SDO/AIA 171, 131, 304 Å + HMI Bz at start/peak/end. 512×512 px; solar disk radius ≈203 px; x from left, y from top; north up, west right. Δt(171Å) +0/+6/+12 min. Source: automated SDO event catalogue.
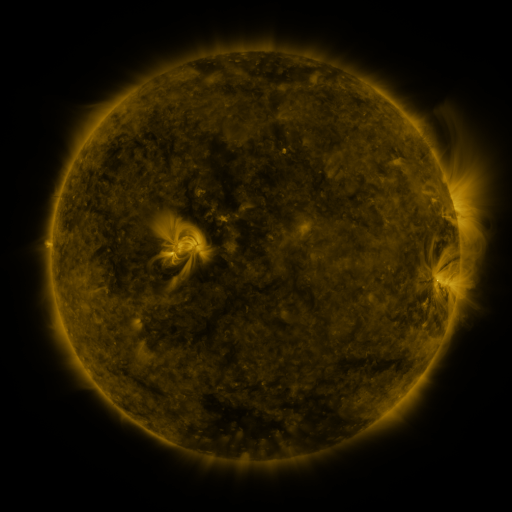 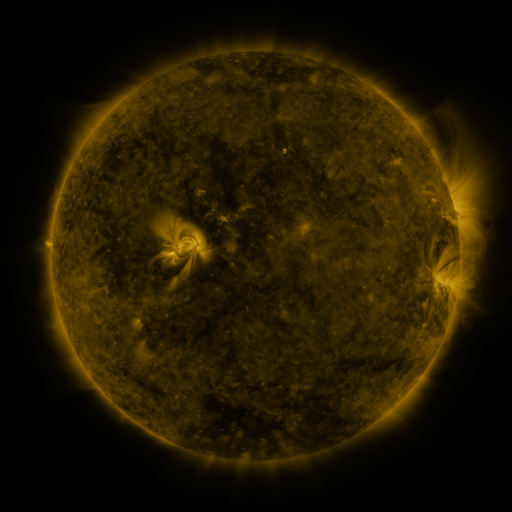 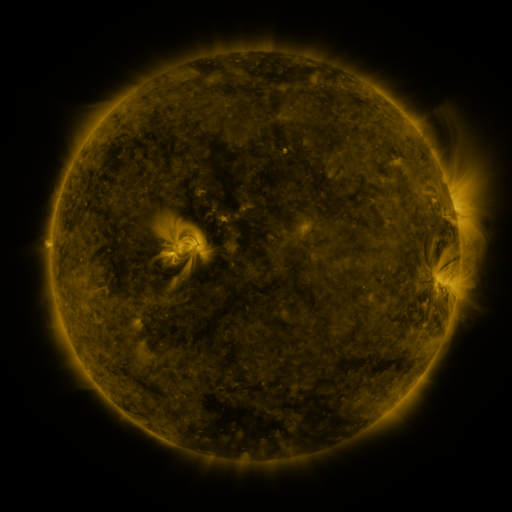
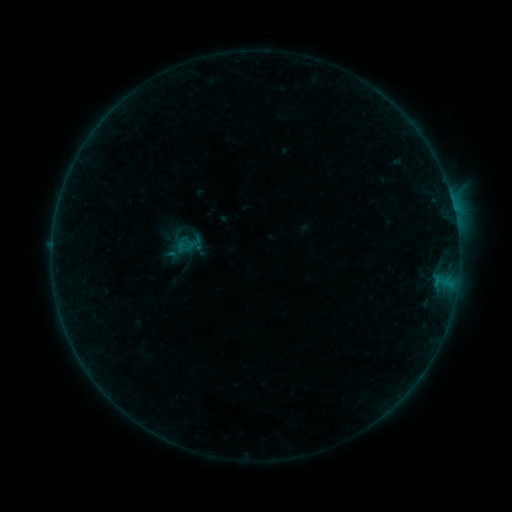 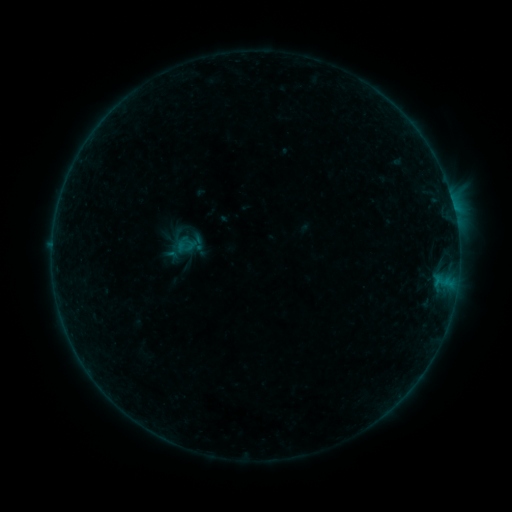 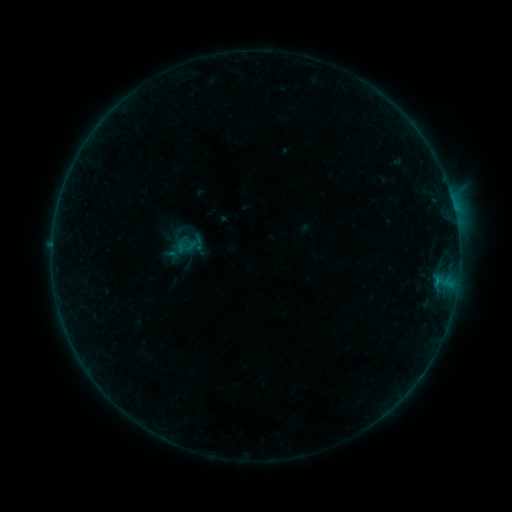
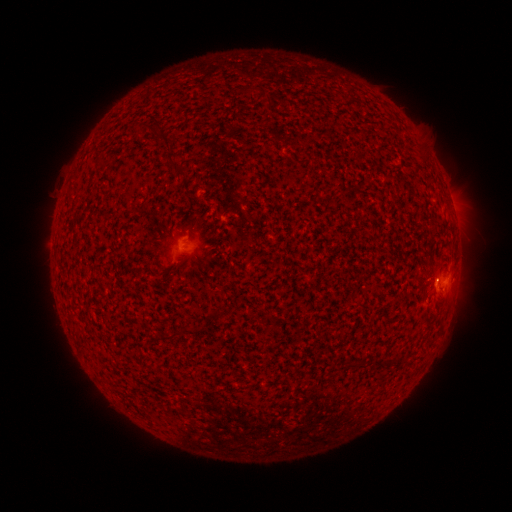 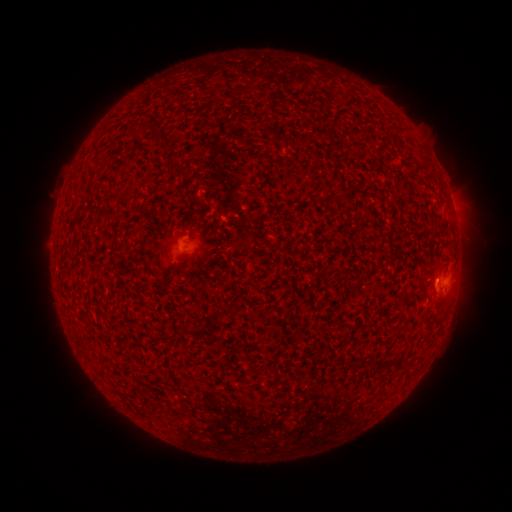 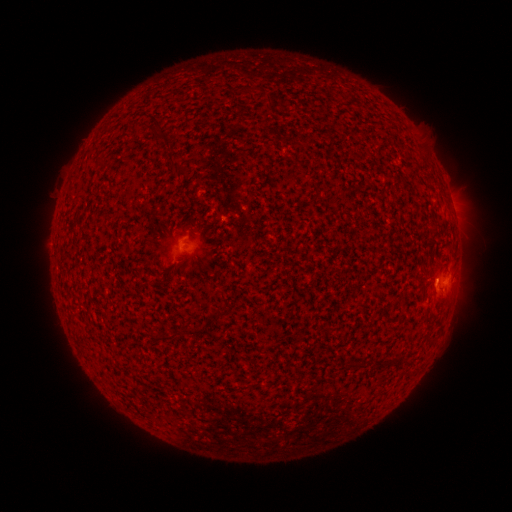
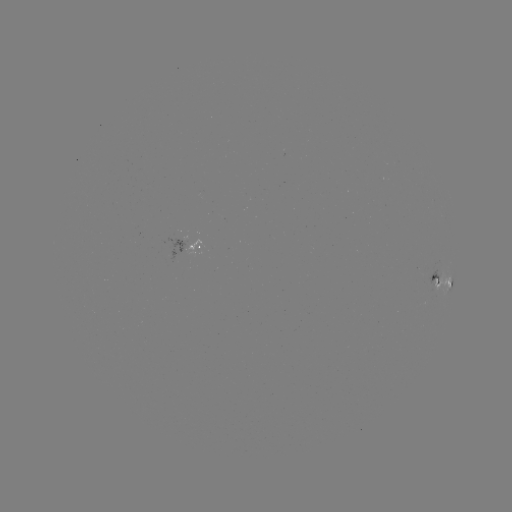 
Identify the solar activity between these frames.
B2.9 flare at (436, 278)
